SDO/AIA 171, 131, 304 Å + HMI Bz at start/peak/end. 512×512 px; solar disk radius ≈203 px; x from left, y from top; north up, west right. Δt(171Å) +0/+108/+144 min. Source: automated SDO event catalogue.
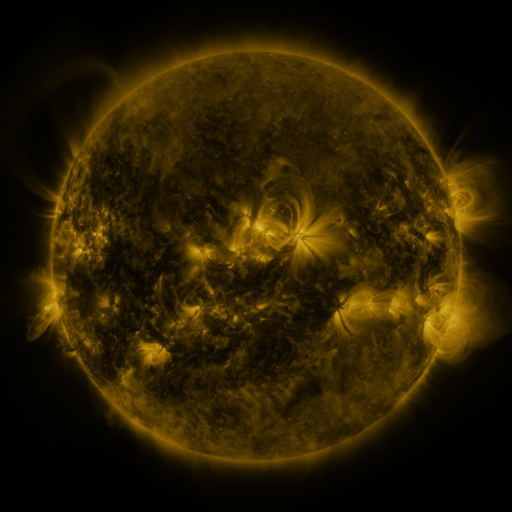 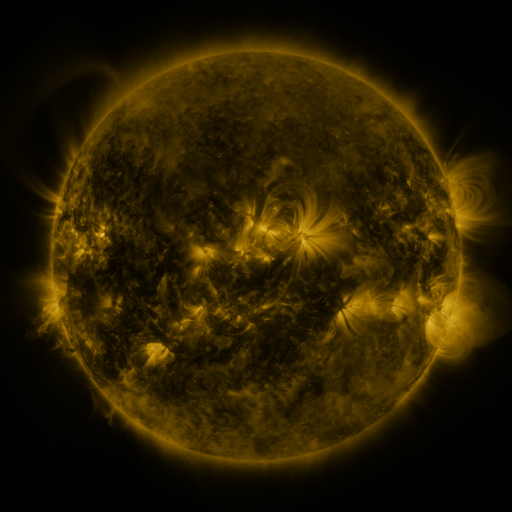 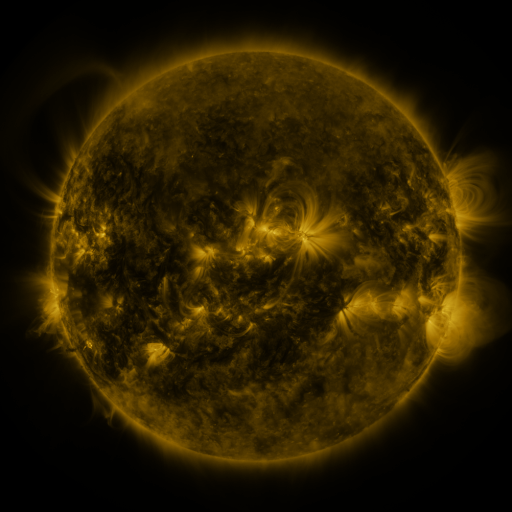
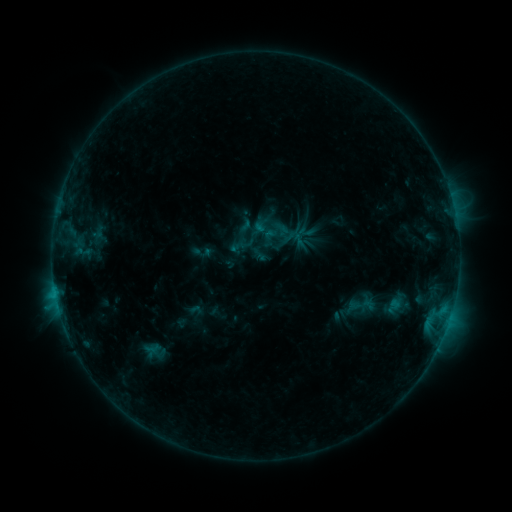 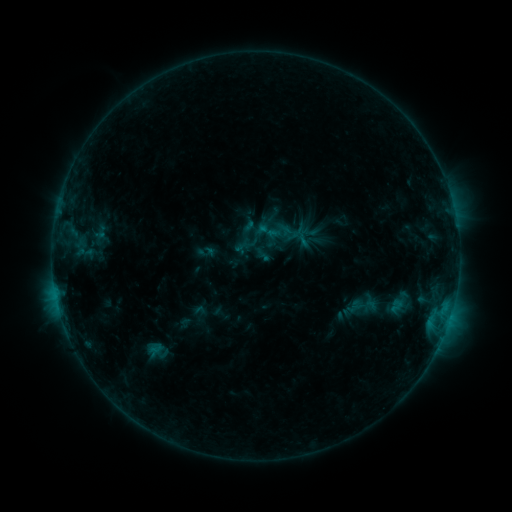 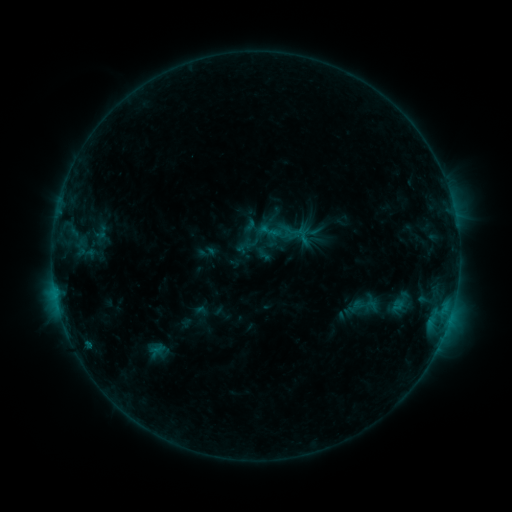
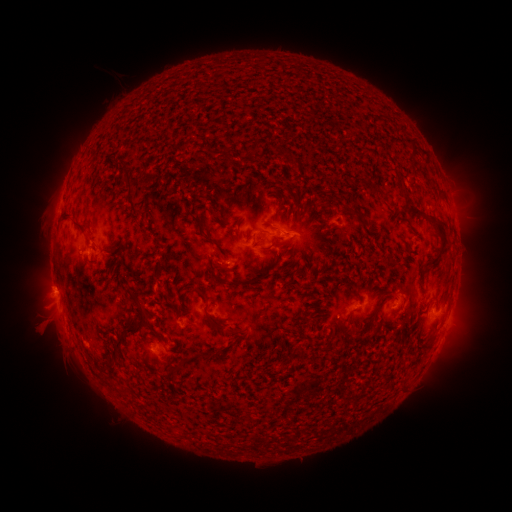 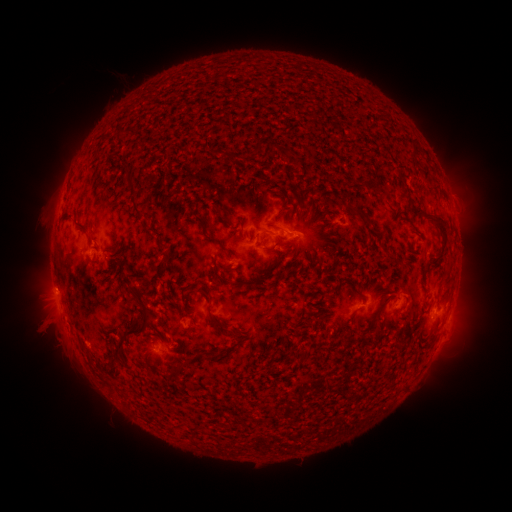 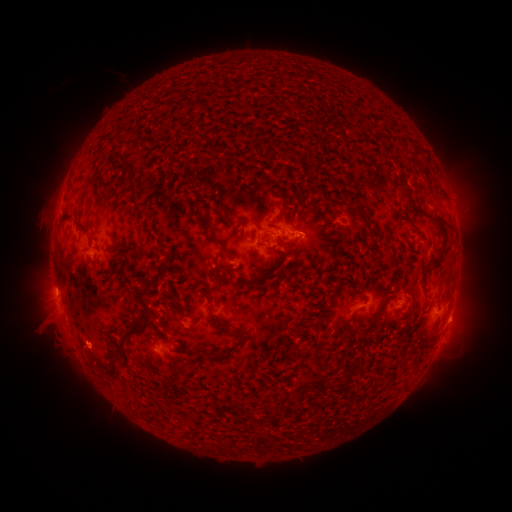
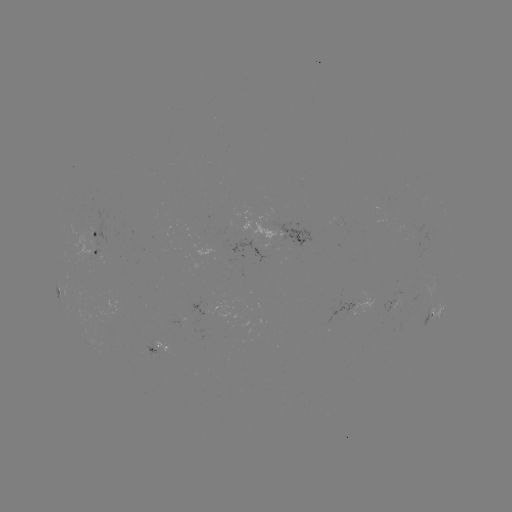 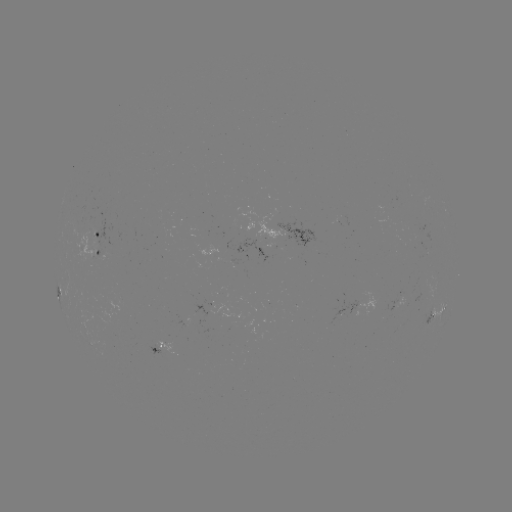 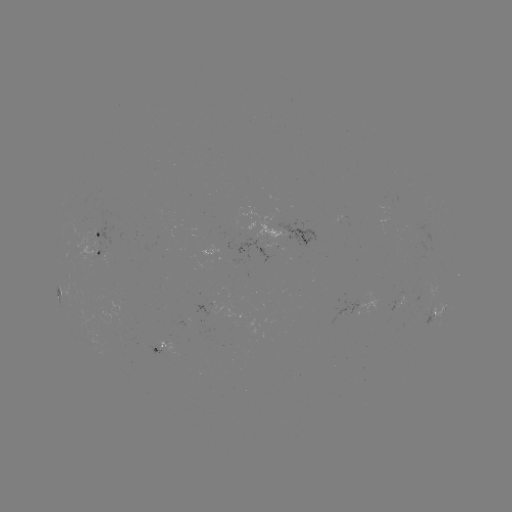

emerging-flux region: <bbox>418, 241, 428, 255</bbox>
